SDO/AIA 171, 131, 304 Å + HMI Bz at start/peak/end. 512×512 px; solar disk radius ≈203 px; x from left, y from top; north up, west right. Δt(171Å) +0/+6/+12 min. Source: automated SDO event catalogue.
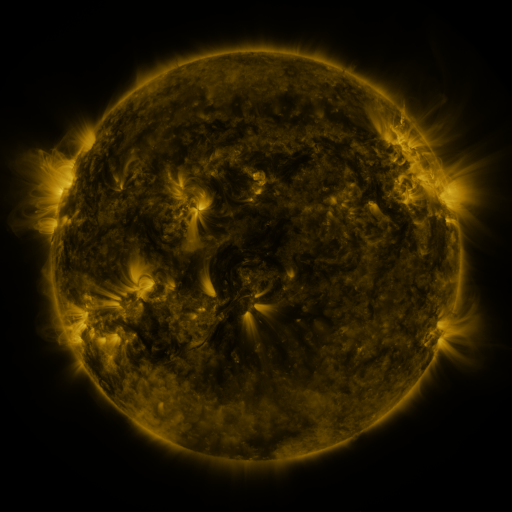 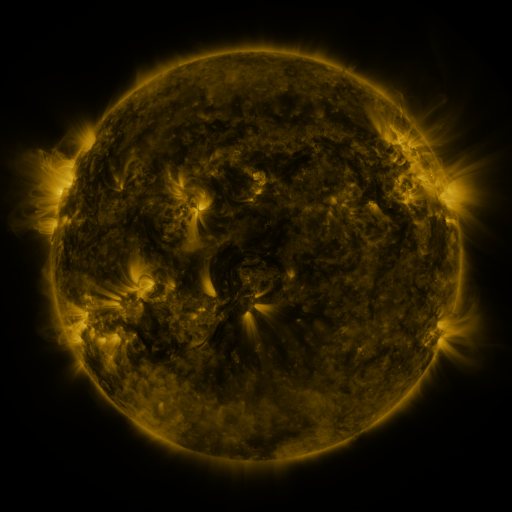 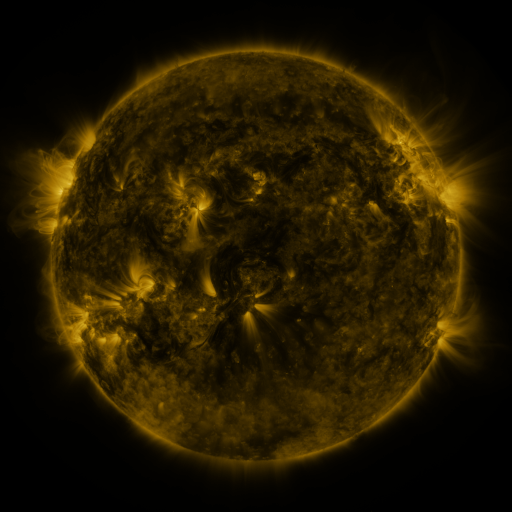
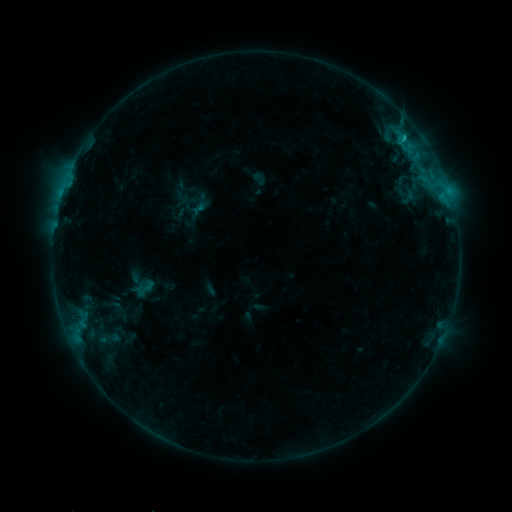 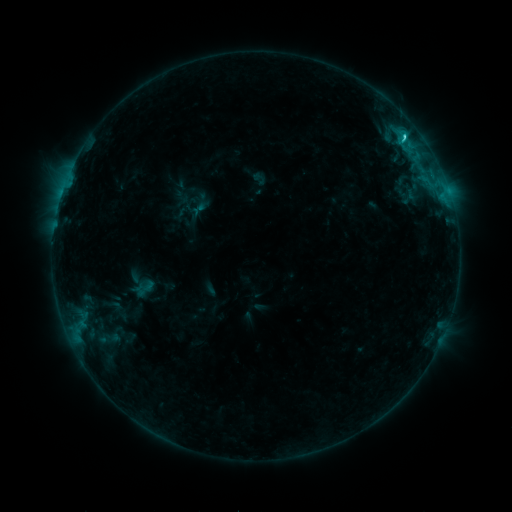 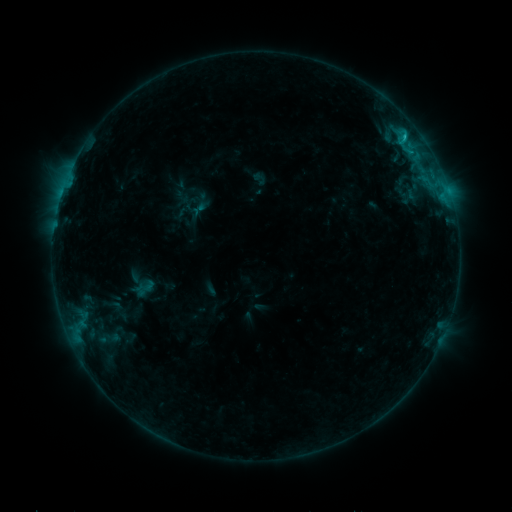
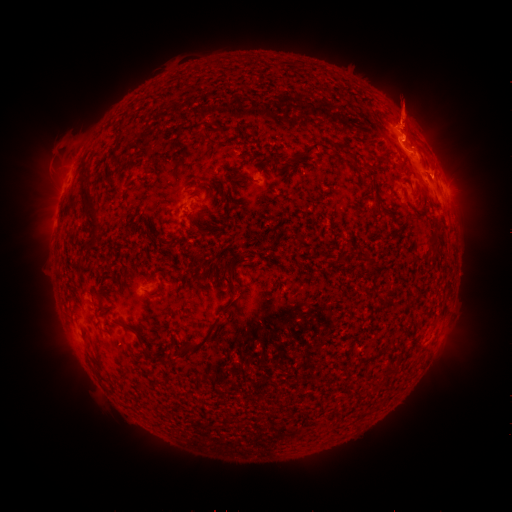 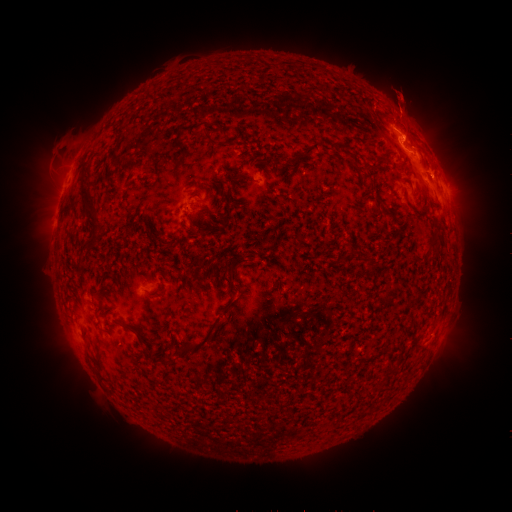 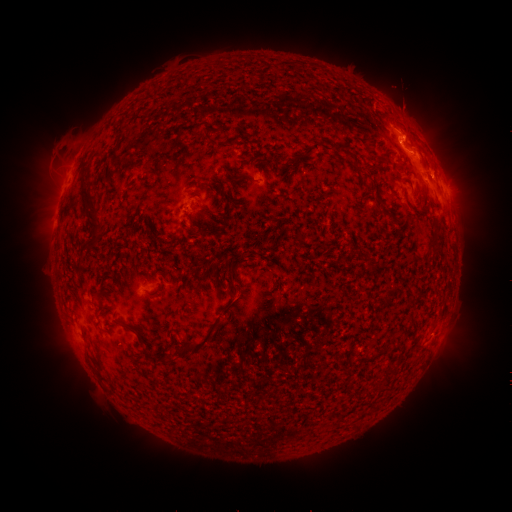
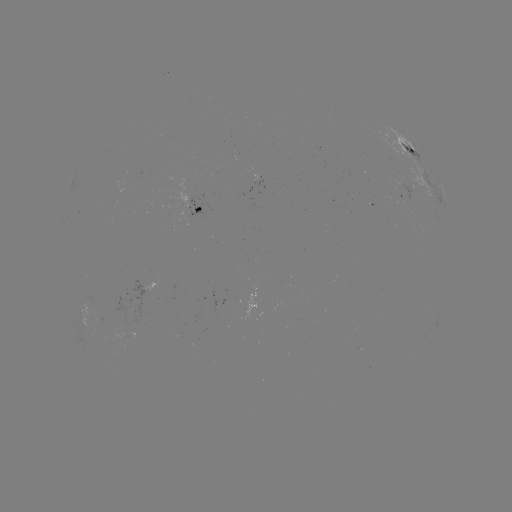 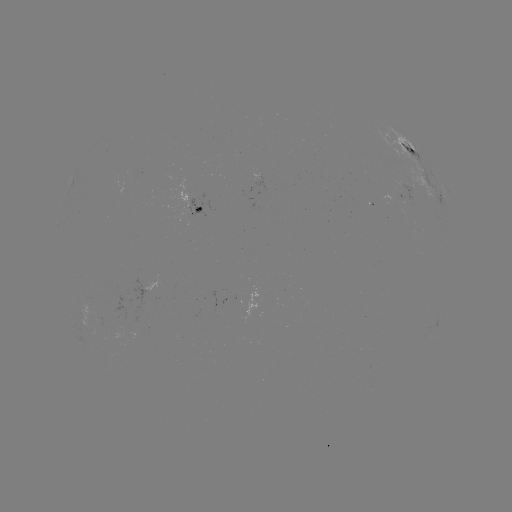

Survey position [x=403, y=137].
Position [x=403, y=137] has C1.5 flare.